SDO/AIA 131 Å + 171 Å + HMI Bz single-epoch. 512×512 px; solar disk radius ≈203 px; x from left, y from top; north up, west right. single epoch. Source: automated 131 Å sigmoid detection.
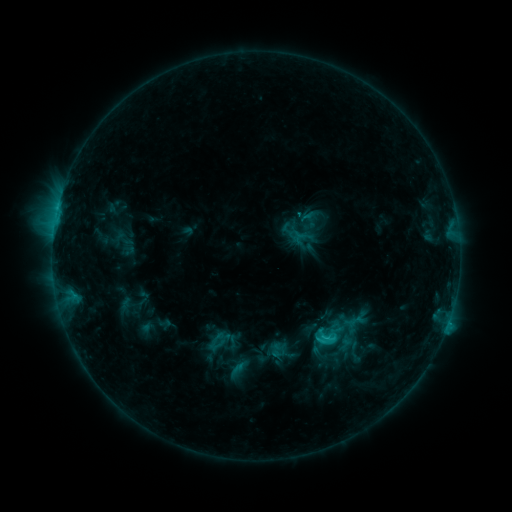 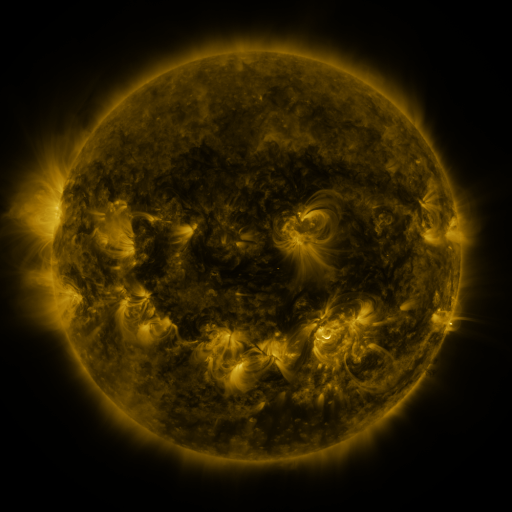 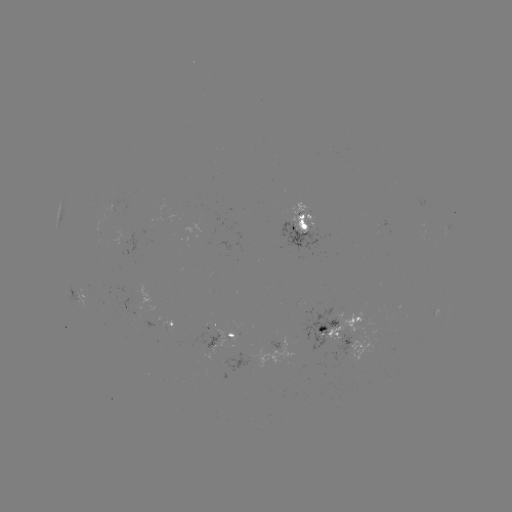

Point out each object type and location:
sigmoid: (311, 318, 345, 352)
